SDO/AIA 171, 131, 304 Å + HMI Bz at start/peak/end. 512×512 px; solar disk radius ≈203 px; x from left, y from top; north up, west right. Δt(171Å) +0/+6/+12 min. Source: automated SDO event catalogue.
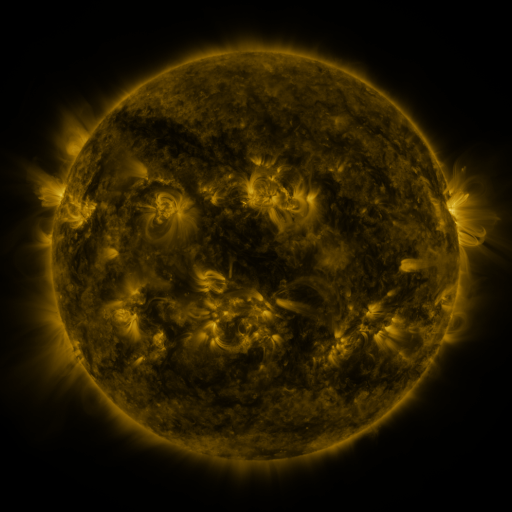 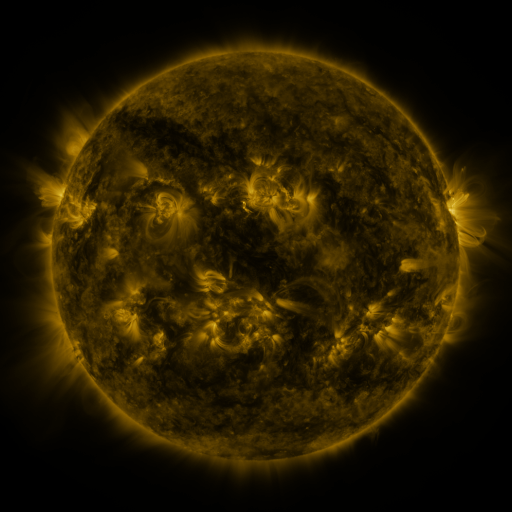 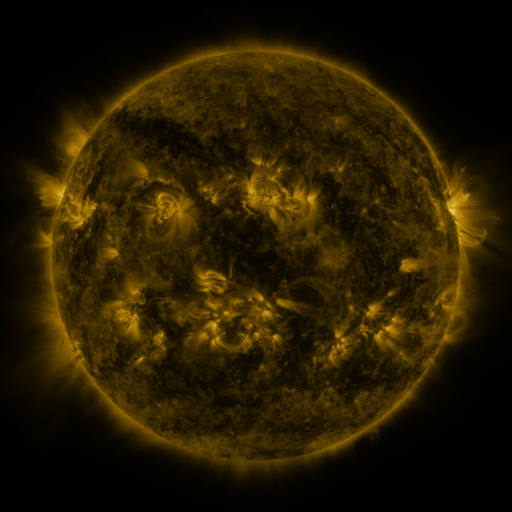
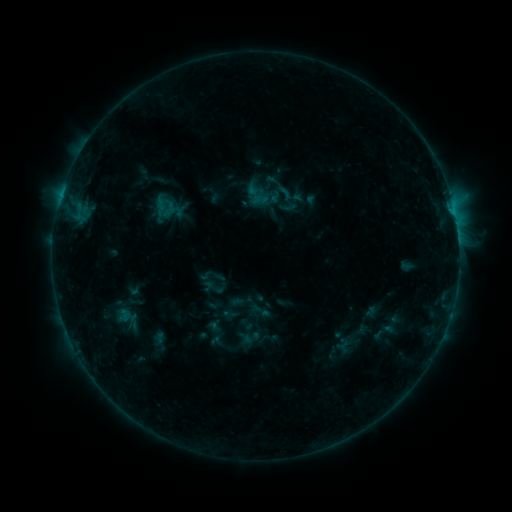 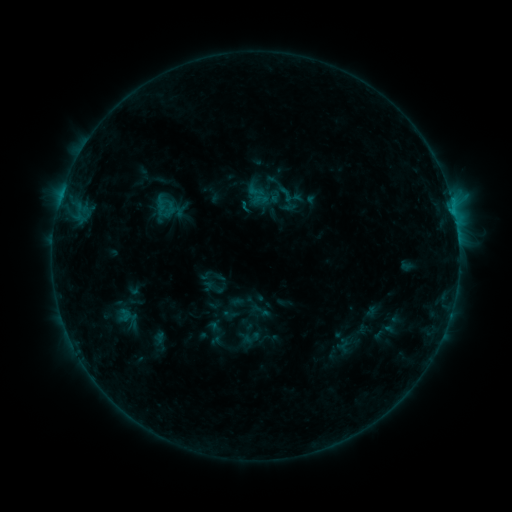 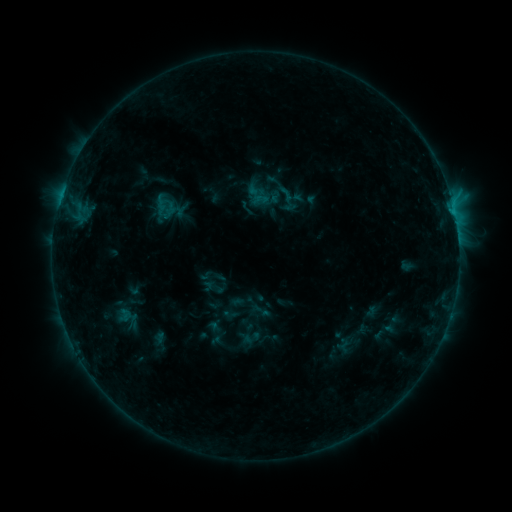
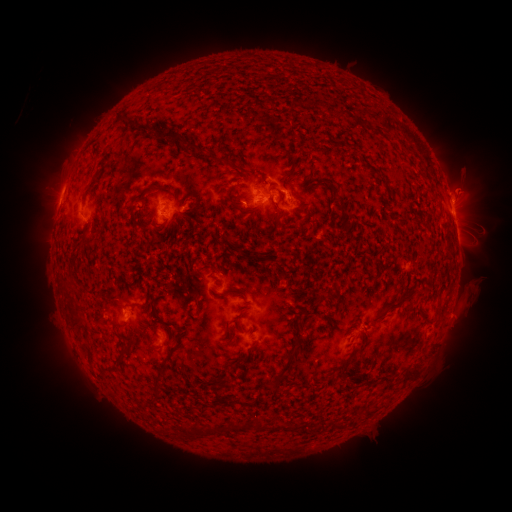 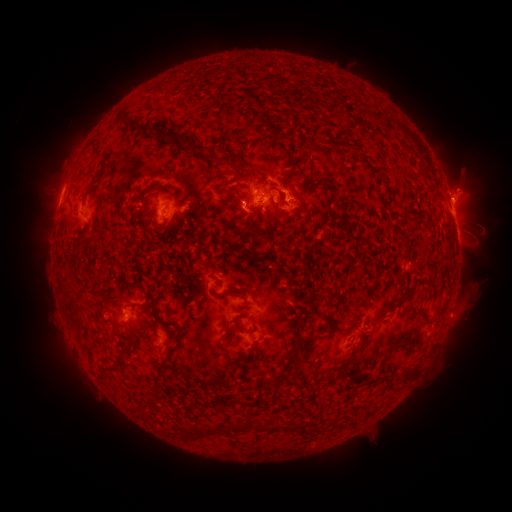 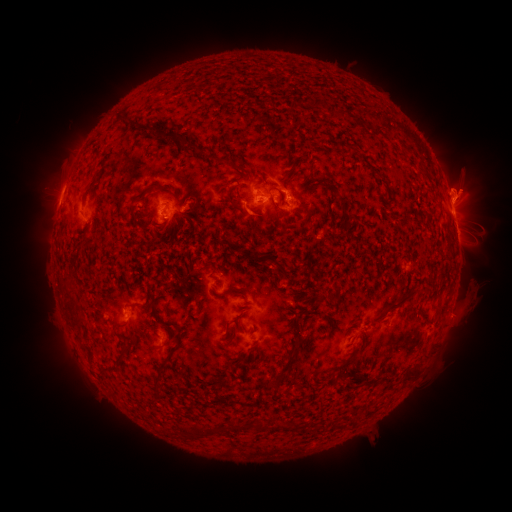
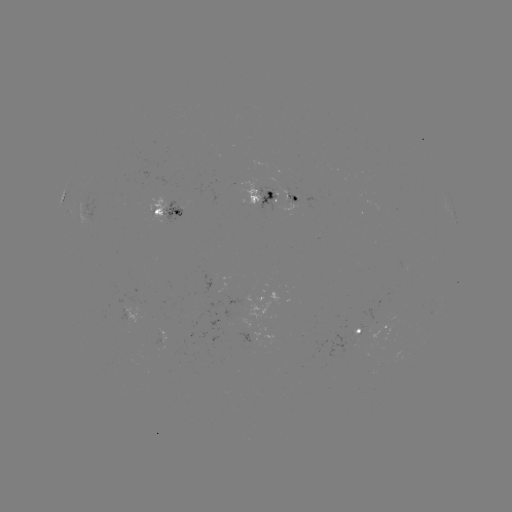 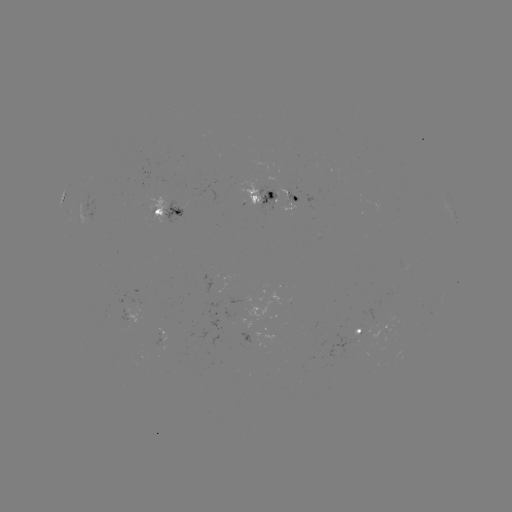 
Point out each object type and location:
eruption: (248, 216)
